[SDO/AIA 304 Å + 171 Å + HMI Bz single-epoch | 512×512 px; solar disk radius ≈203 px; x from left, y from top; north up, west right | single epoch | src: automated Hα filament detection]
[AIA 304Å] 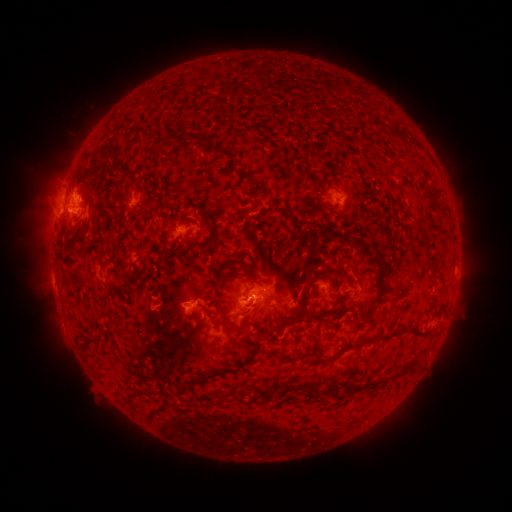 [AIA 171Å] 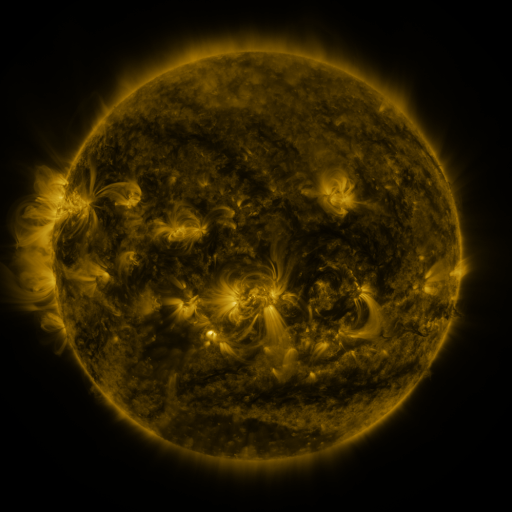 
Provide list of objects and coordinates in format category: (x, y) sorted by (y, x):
filament: (206, 141)
filament: (103, 154)
filament: (85, 161)
filament: (86, 208)
filament: (67, 213)
filament: (211, 213)
filament: (354, 238)
filament: (108, 246)
filament: (381, 263)
filament: (335, 271)
filament: (231, 275)
filament: (257, 282)
filament: (249, 296)
filament: (204, 297)
filament: (356, 305)
filament: (293, 319)
filament: (228, 324)
filament: (406, 327)
filament: (247, 331)
filament: (275, 340)
filament: (285, 357)
filament: (333, 357)
filament: (228, 371)
filament: (150, 394)
filament: (155, 413)
